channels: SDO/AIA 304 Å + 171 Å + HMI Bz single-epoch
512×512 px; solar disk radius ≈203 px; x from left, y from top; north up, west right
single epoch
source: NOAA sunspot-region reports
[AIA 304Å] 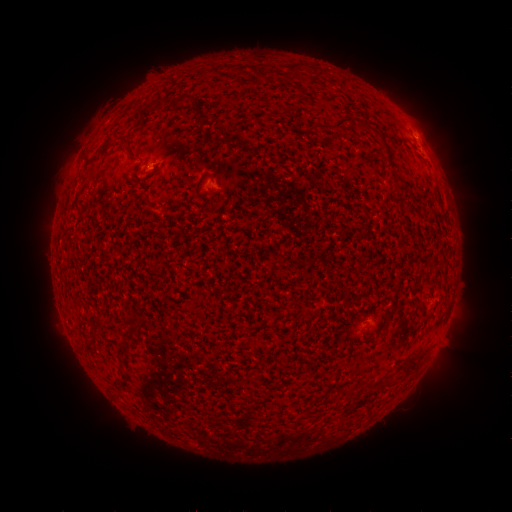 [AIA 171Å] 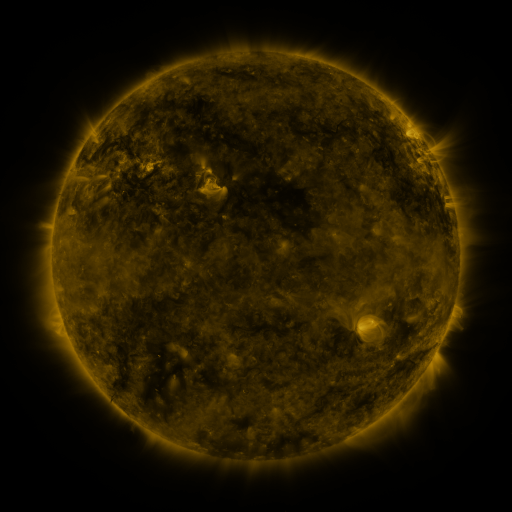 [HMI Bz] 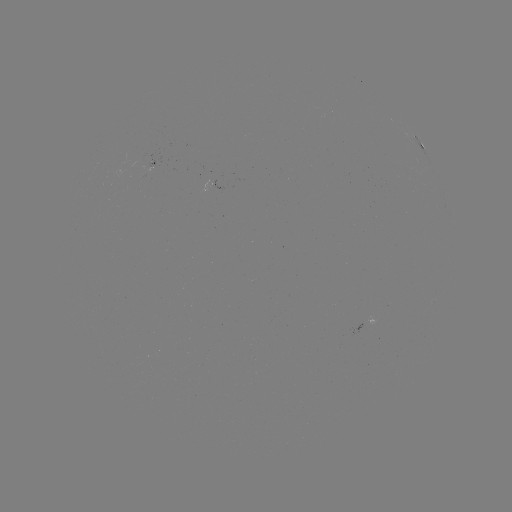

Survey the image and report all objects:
spotted active region: (420, 142)
spotted active region: (153, 164)
